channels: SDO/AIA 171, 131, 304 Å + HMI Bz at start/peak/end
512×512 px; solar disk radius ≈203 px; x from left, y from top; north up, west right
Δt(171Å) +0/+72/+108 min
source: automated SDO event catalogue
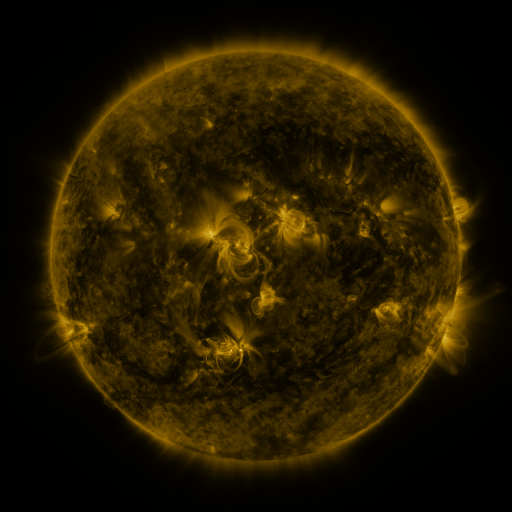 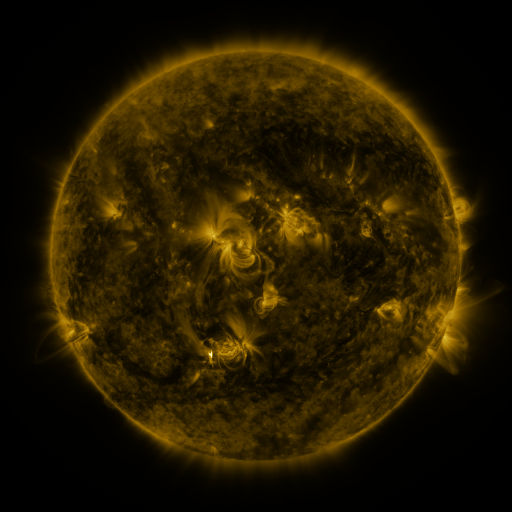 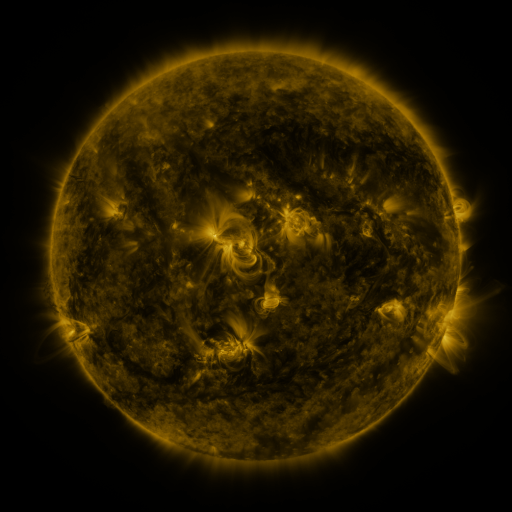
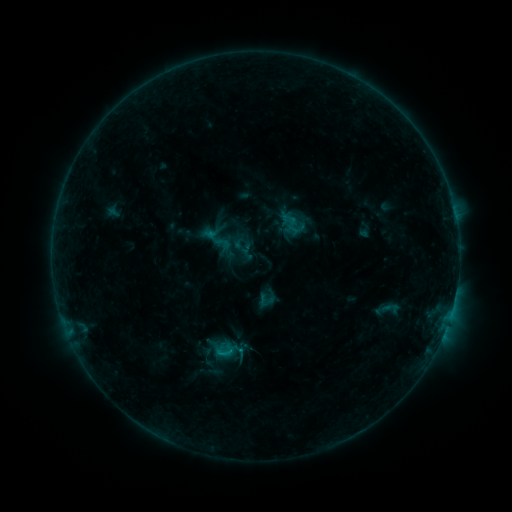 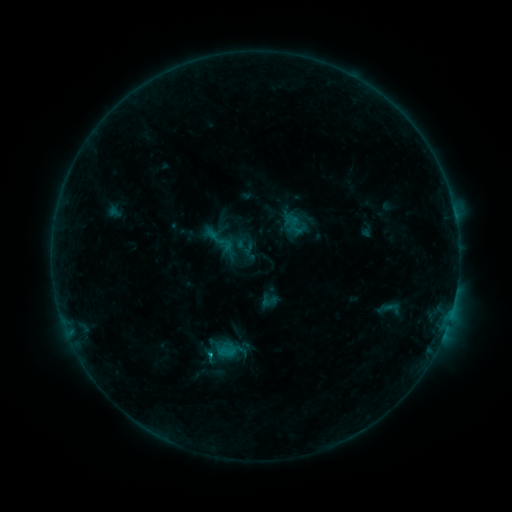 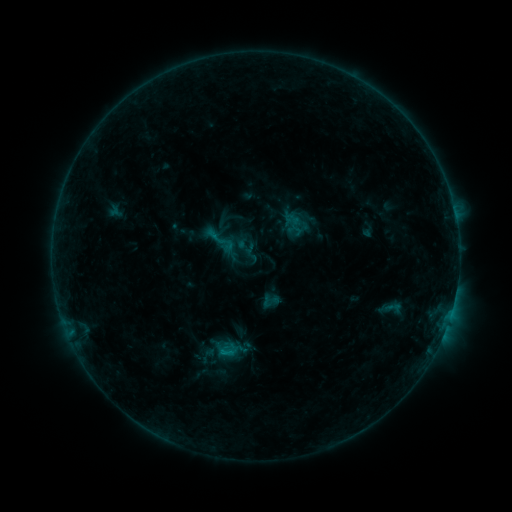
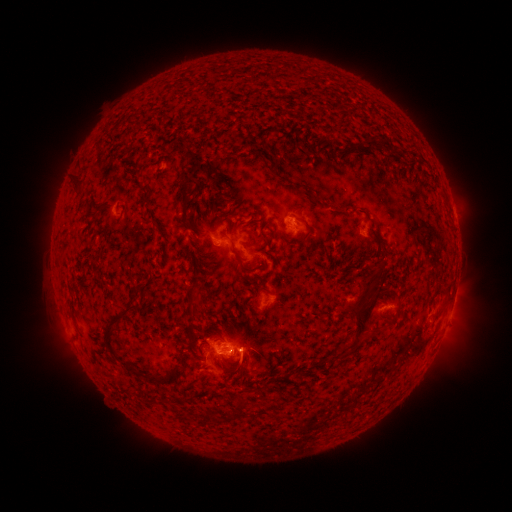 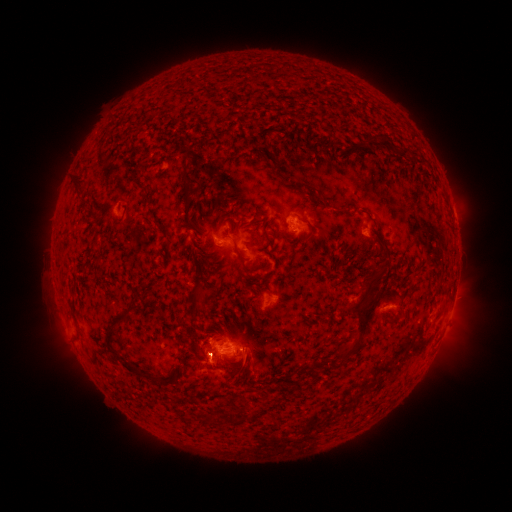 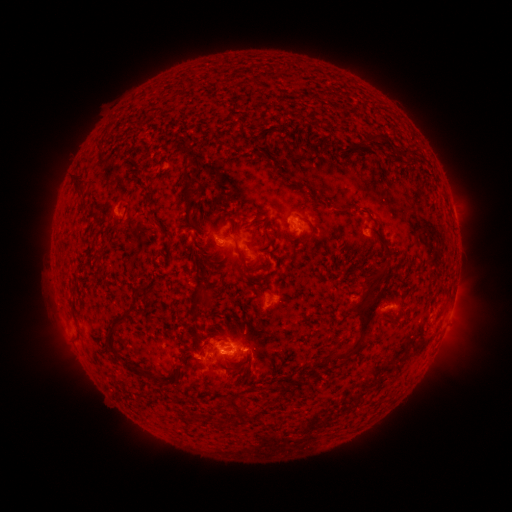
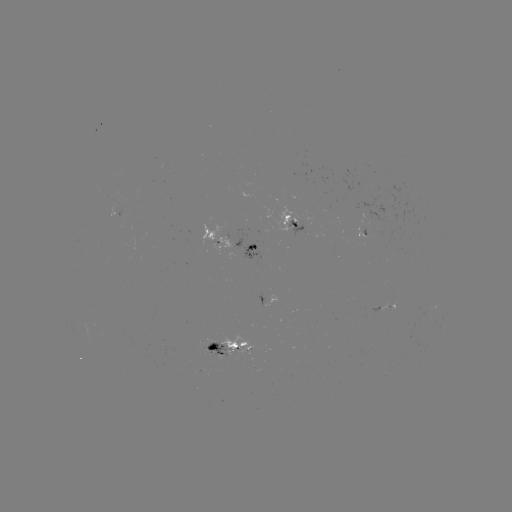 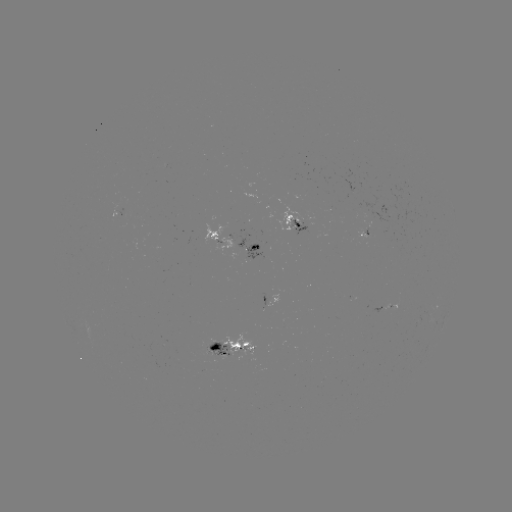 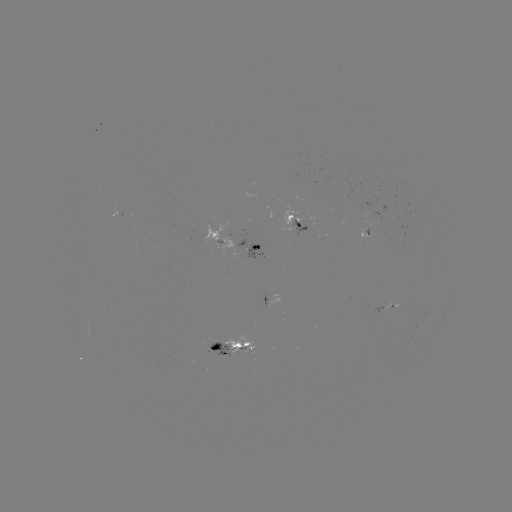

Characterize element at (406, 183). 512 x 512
emerging-flux region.